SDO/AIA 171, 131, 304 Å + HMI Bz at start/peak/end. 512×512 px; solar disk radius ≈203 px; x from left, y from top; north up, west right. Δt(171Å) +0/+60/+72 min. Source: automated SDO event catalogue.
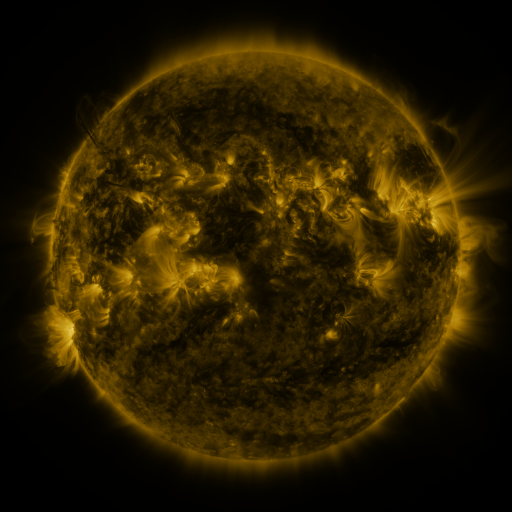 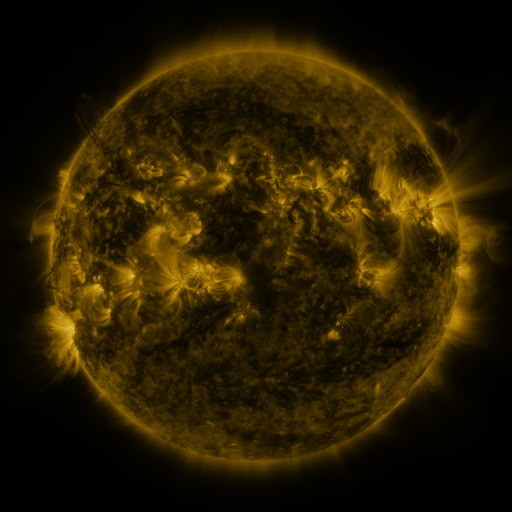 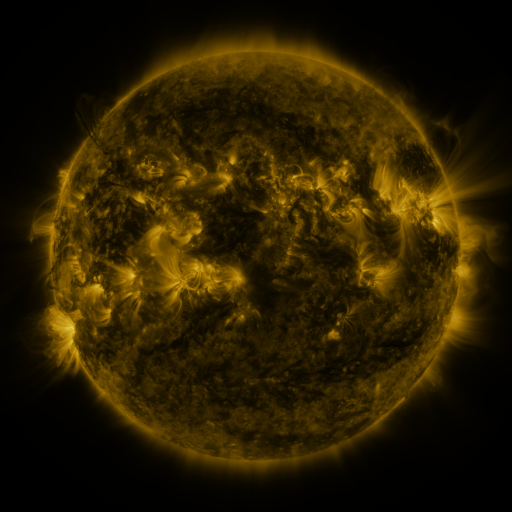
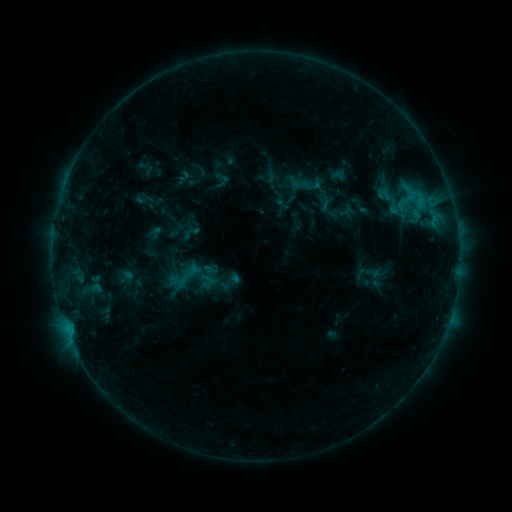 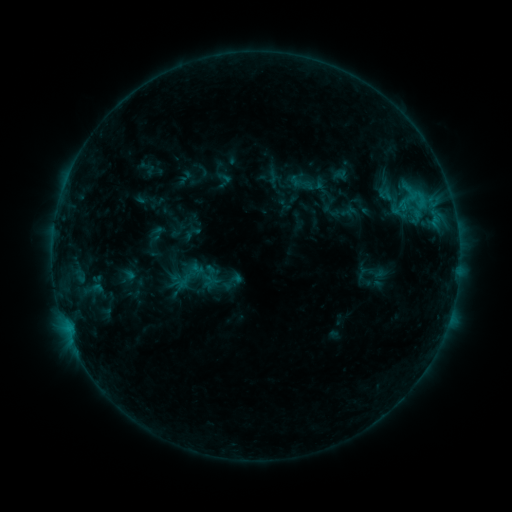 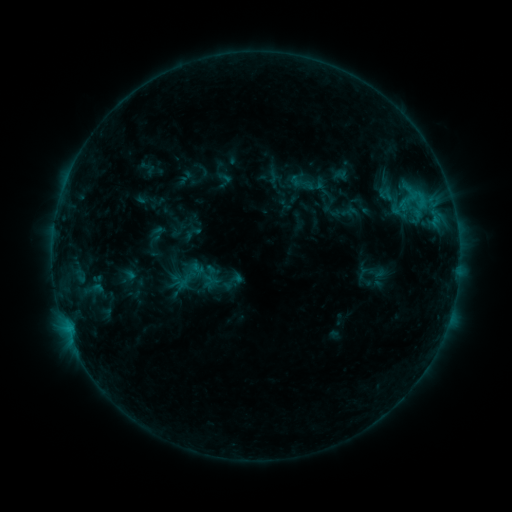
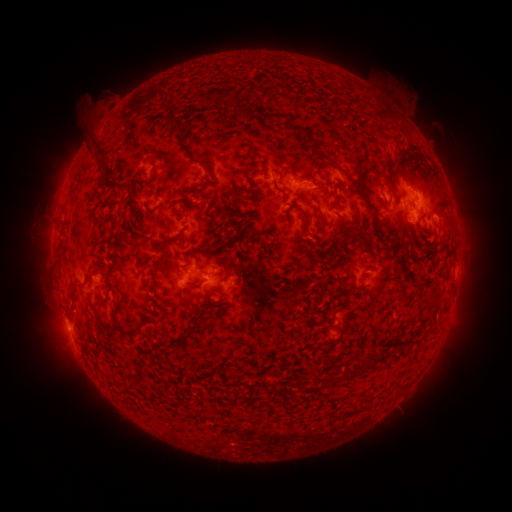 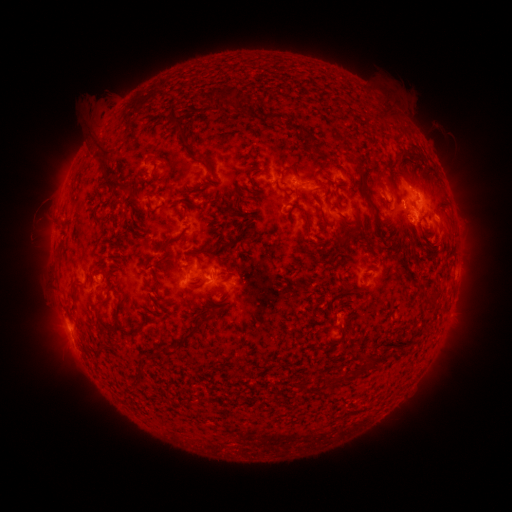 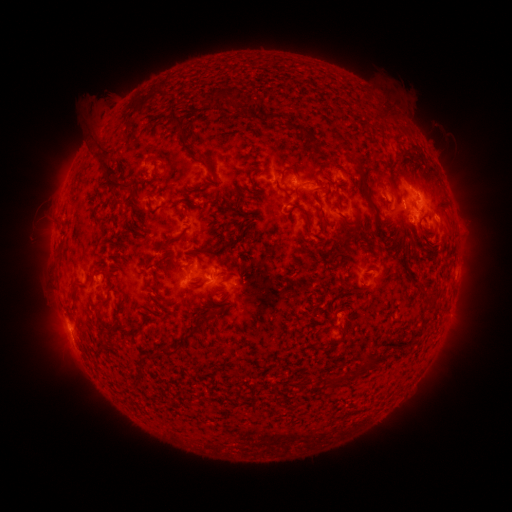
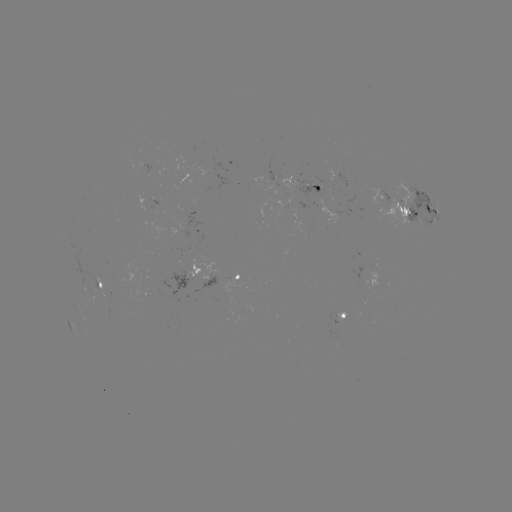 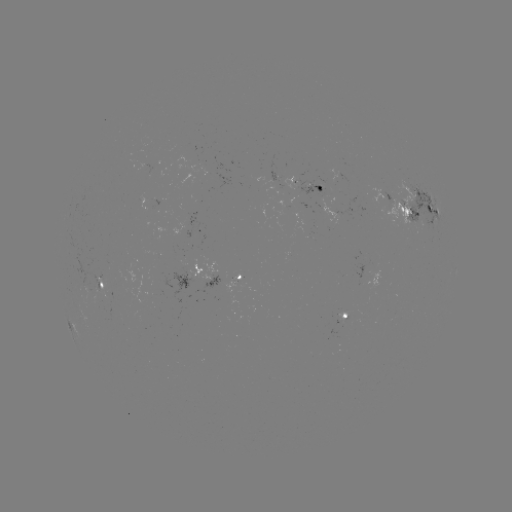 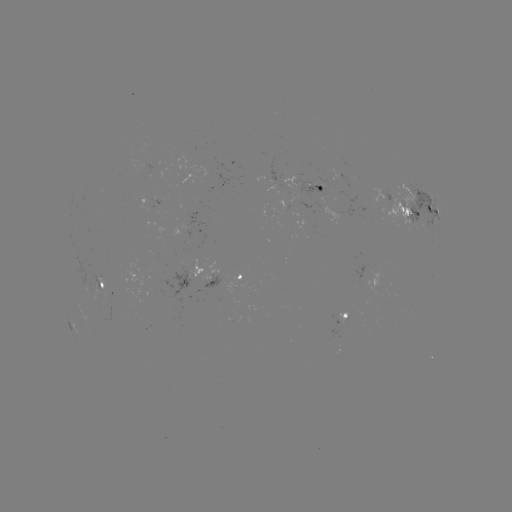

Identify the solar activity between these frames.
emerging-flux region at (390, 197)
